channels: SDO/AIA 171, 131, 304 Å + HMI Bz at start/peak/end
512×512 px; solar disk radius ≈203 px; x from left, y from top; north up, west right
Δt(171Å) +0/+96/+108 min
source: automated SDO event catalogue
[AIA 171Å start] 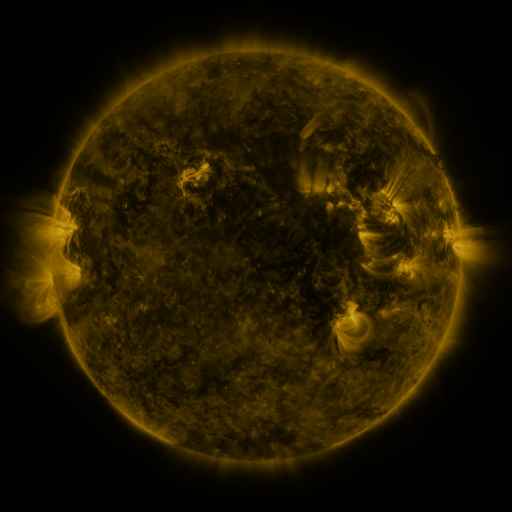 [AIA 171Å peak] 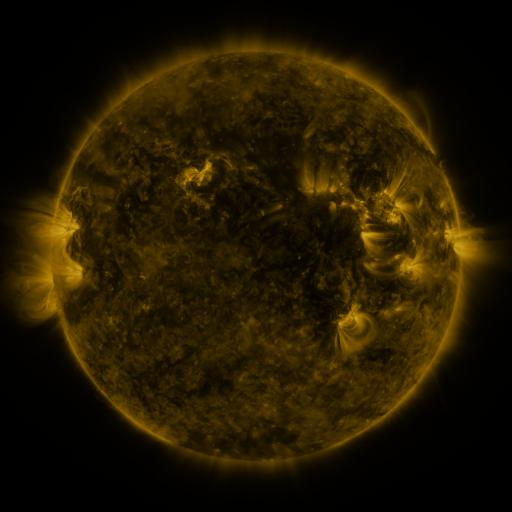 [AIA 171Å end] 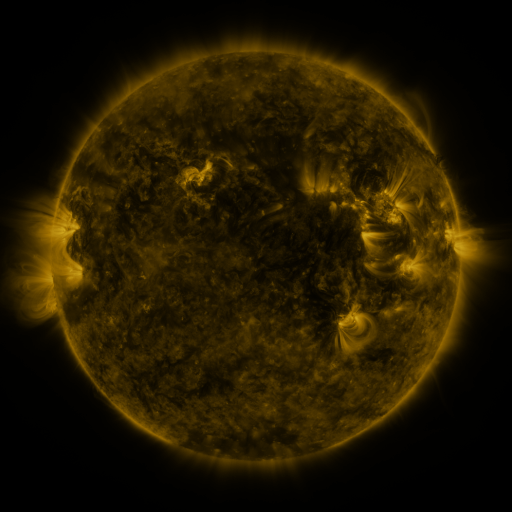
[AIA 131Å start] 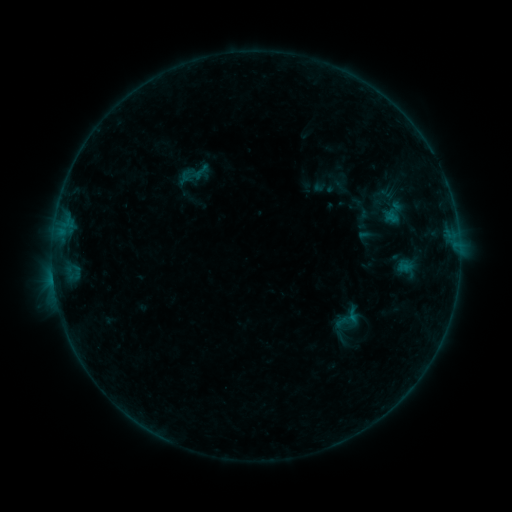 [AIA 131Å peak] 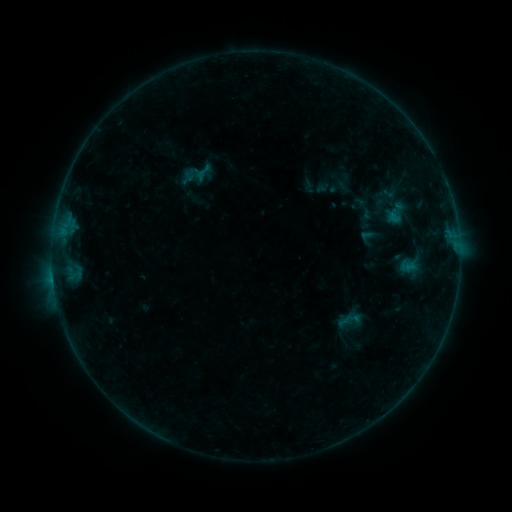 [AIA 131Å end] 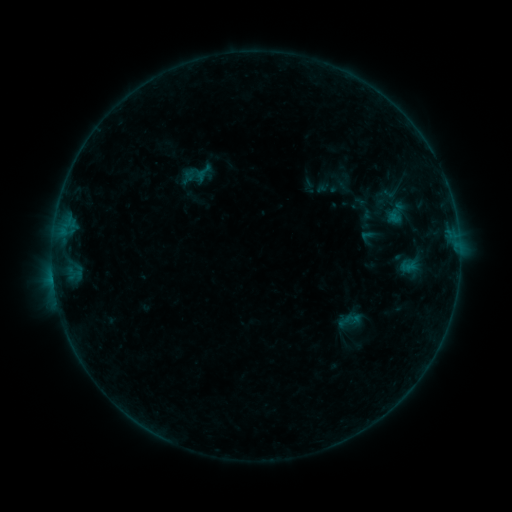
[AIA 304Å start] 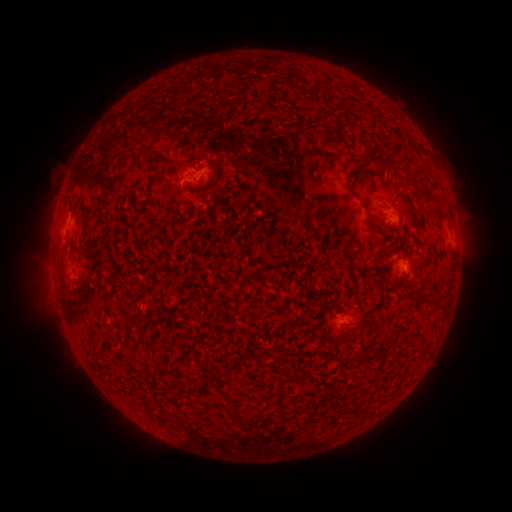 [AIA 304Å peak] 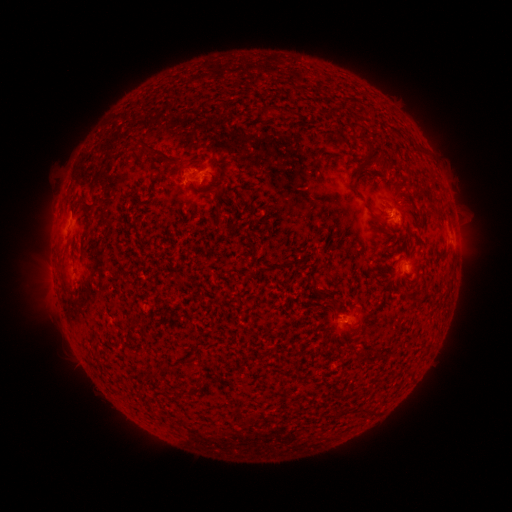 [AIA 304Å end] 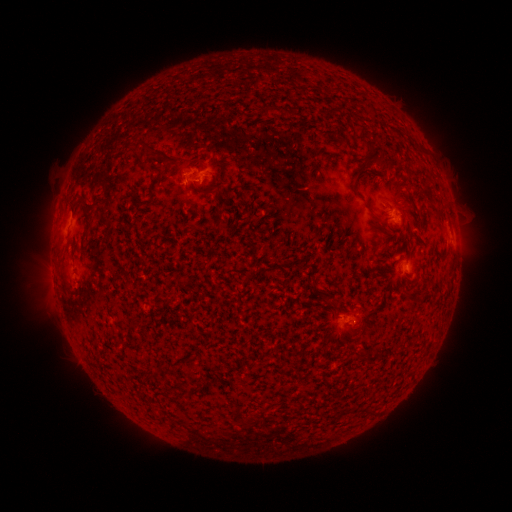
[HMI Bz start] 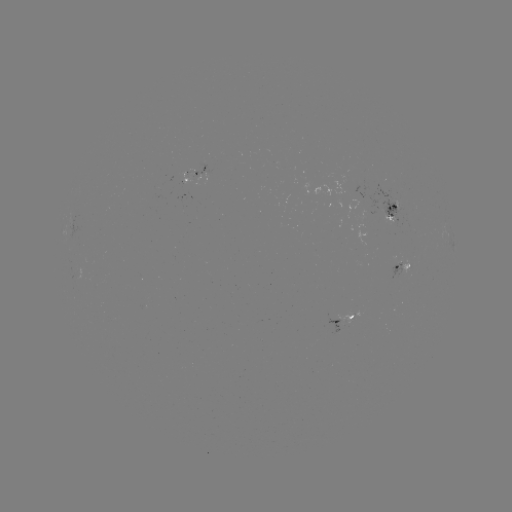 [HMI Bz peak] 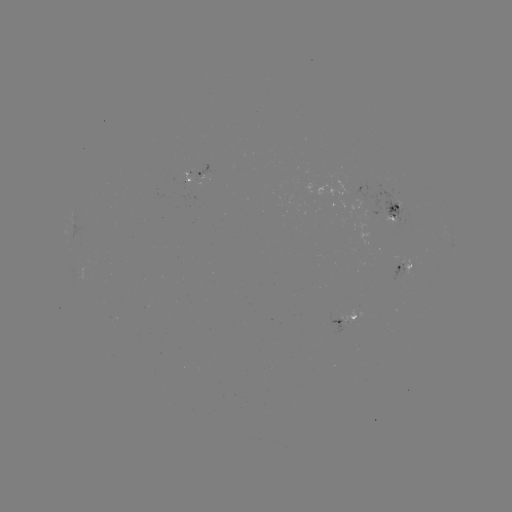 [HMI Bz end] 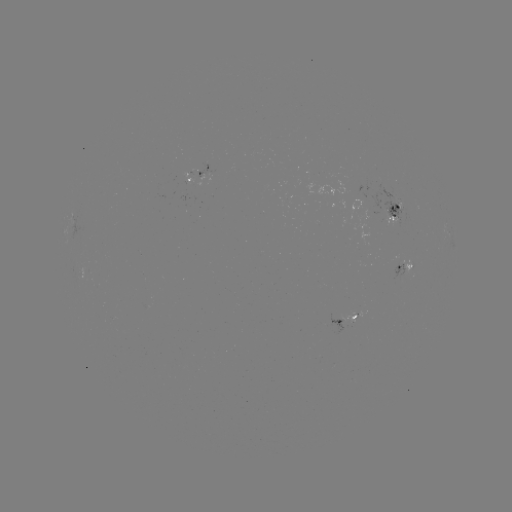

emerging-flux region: (339, 312, 356, 323)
